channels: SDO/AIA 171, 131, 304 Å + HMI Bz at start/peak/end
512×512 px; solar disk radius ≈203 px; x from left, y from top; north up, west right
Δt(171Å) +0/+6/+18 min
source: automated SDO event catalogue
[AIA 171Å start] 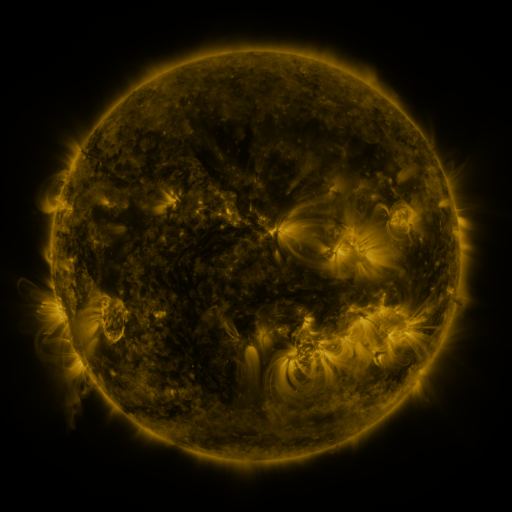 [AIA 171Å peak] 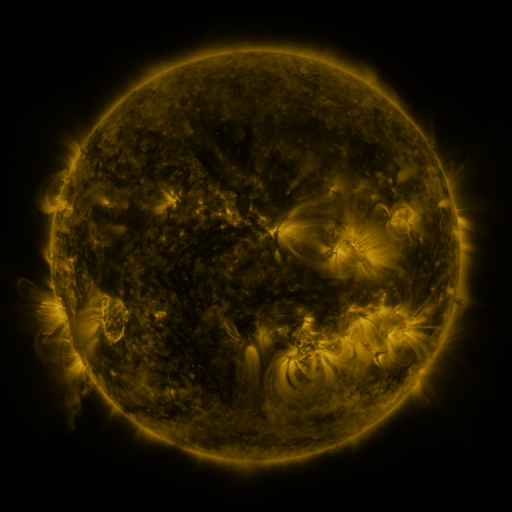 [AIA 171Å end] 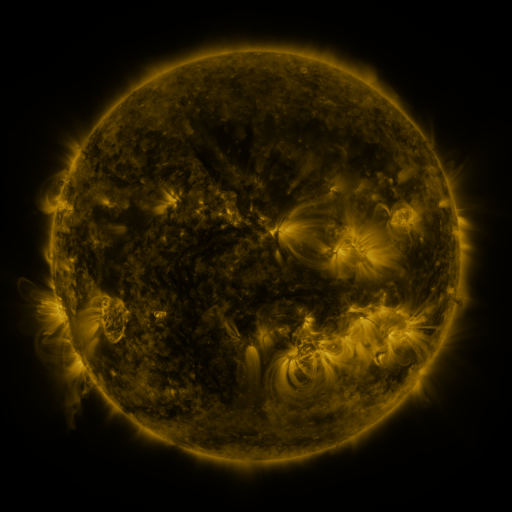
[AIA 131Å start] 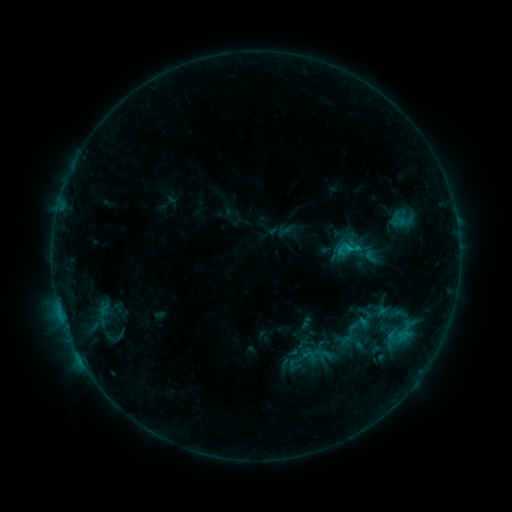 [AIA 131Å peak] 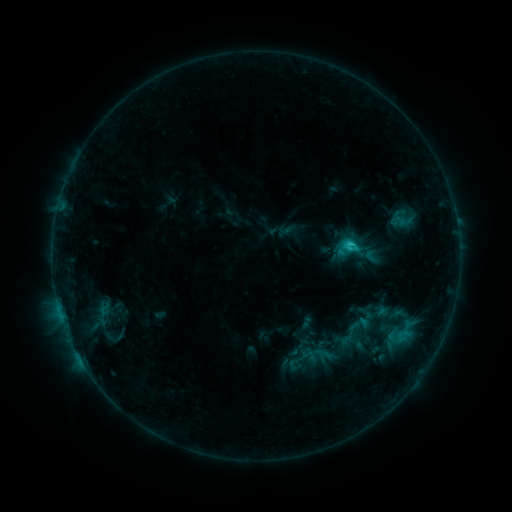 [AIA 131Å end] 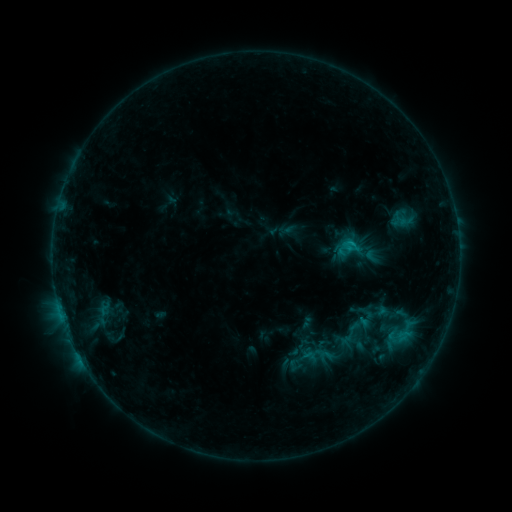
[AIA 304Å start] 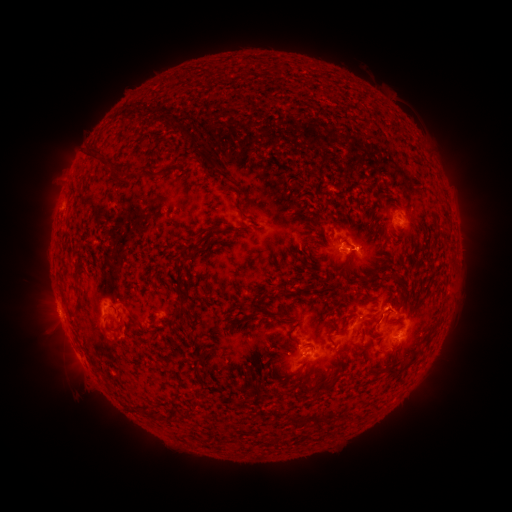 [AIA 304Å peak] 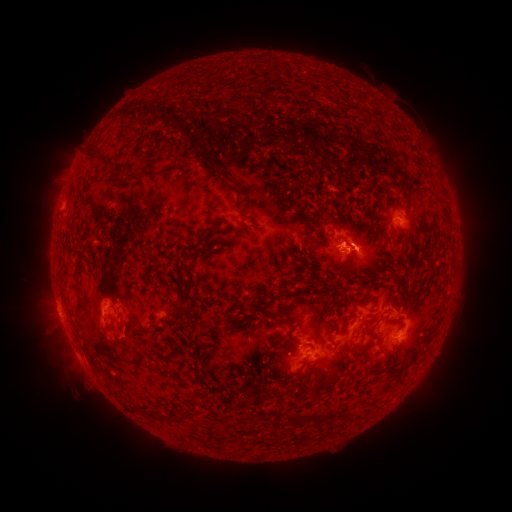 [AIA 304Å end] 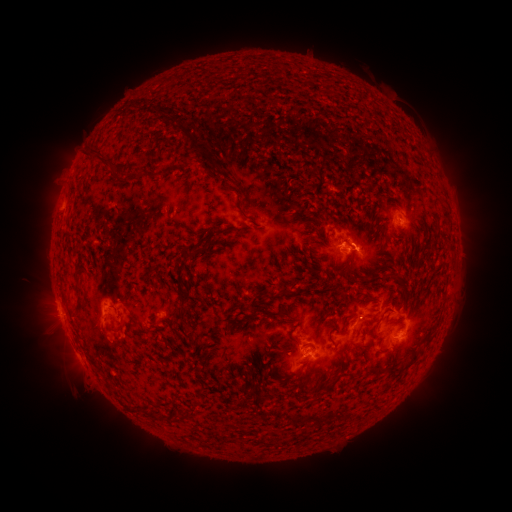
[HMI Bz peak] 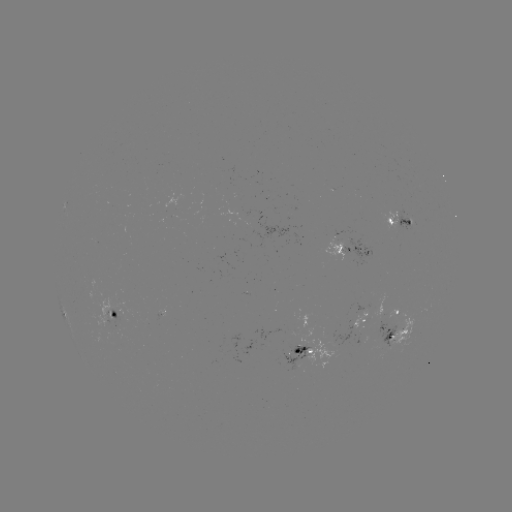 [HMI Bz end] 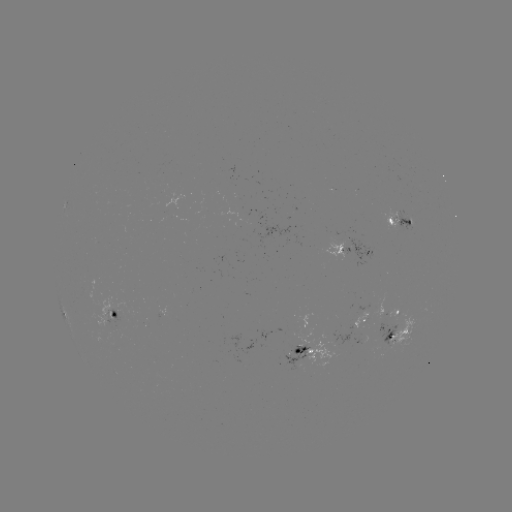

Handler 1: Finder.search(C1.5 flare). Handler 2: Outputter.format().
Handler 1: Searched C1.5 flare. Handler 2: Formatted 351,247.